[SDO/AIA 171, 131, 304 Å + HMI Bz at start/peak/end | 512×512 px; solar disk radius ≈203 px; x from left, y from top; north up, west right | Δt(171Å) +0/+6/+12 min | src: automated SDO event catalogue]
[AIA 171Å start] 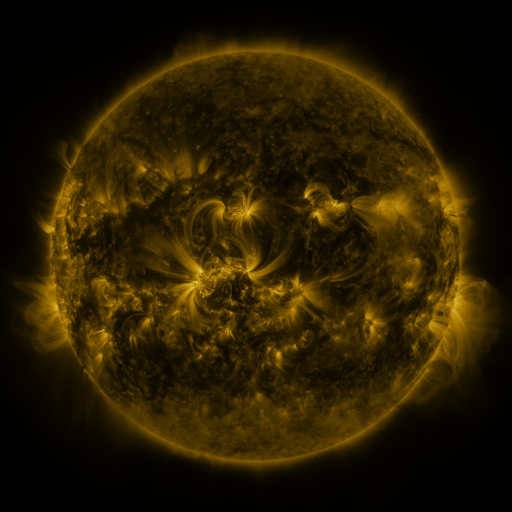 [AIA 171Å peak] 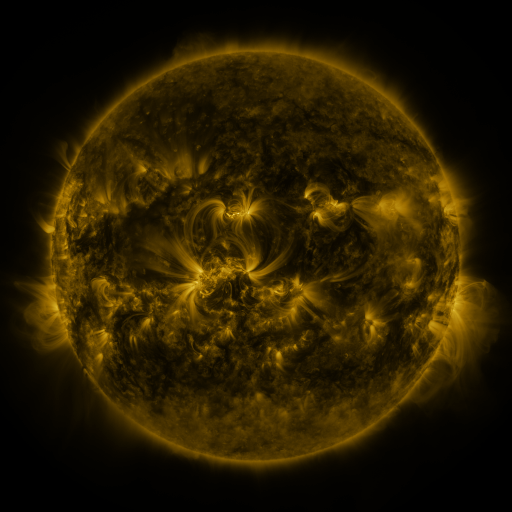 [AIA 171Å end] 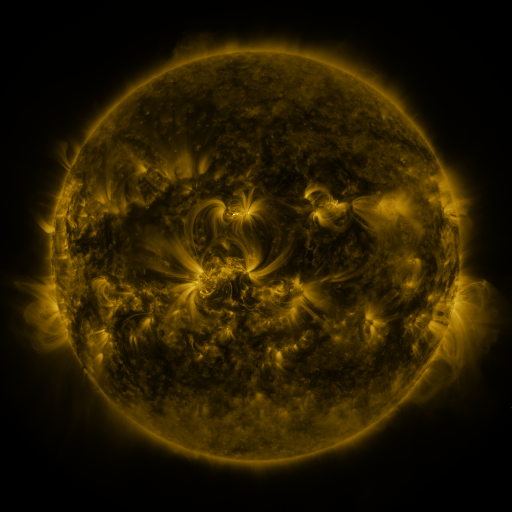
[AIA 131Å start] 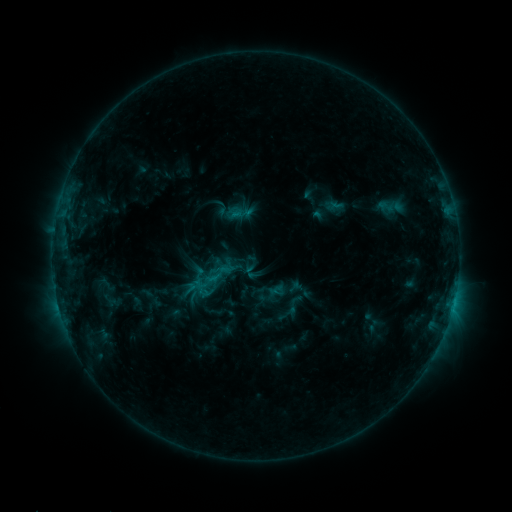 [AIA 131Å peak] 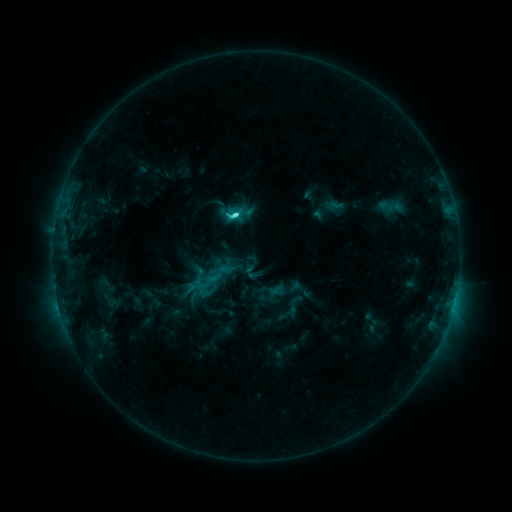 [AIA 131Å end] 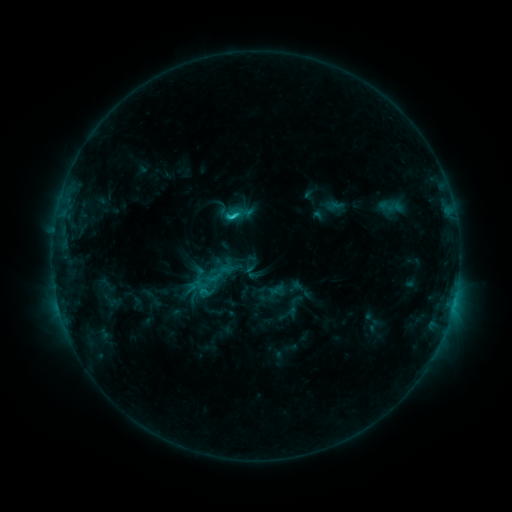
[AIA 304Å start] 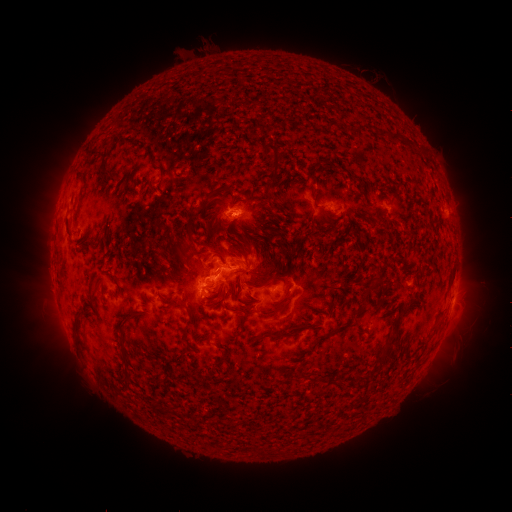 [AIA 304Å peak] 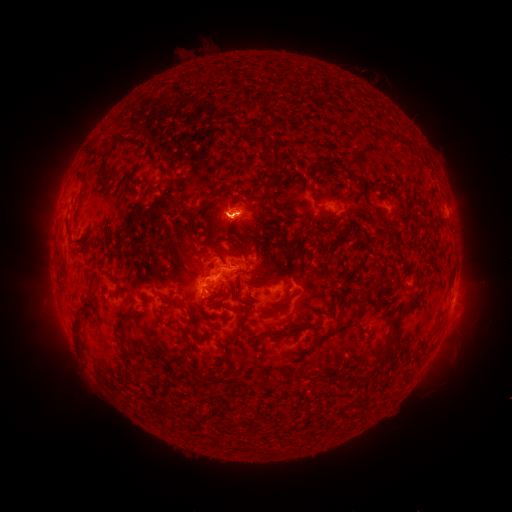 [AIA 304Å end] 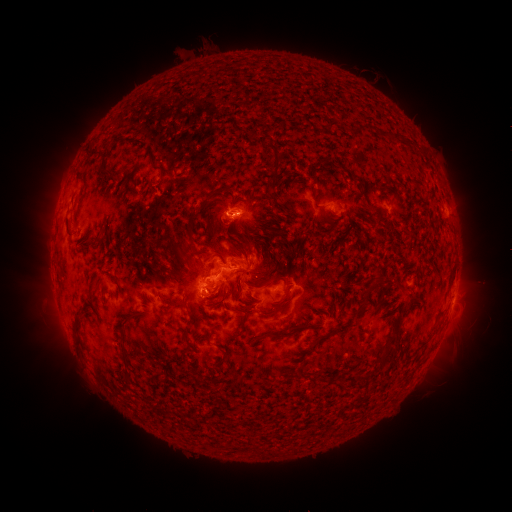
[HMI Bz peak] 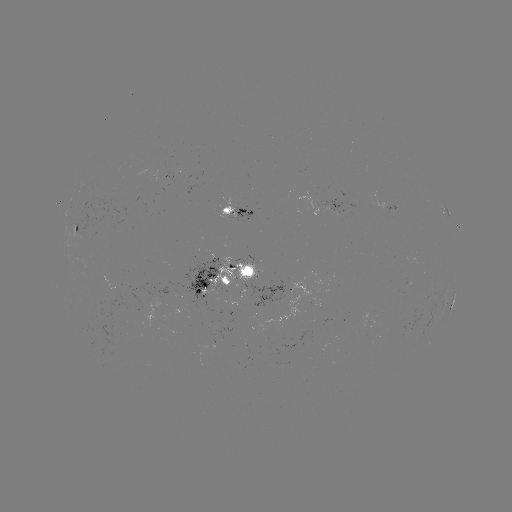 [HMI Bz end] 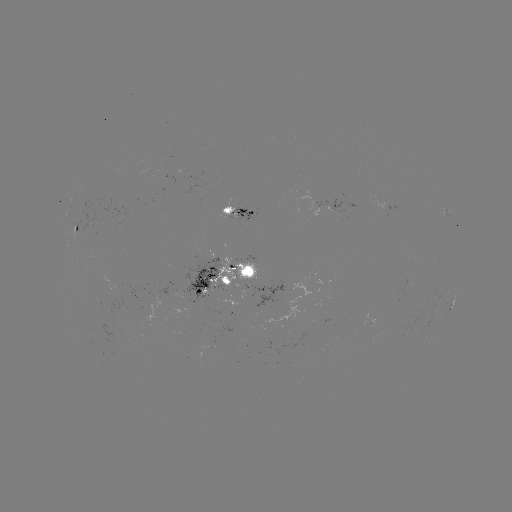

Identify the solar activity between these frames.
C3.4 flare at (234, 218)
